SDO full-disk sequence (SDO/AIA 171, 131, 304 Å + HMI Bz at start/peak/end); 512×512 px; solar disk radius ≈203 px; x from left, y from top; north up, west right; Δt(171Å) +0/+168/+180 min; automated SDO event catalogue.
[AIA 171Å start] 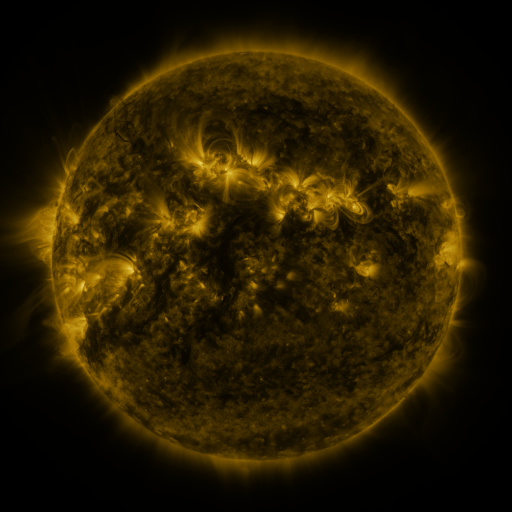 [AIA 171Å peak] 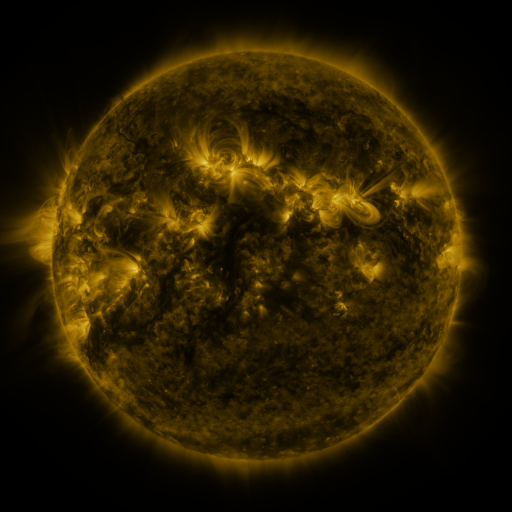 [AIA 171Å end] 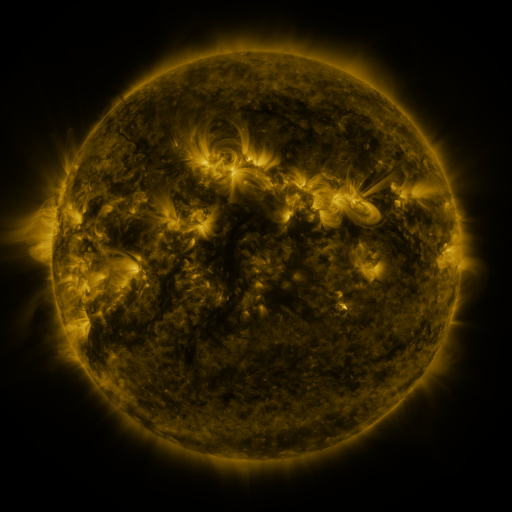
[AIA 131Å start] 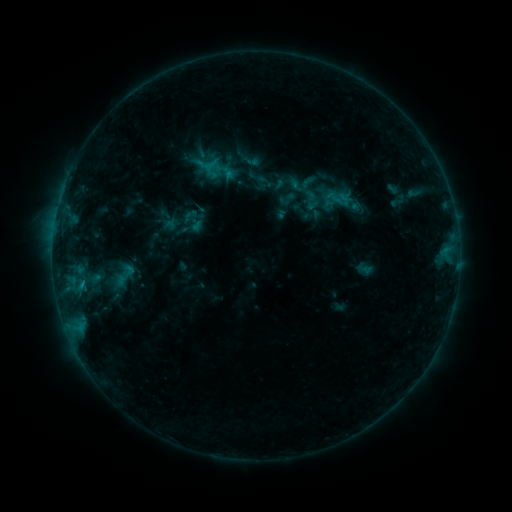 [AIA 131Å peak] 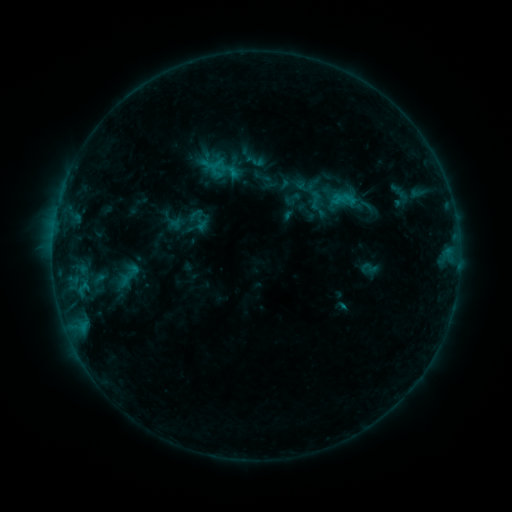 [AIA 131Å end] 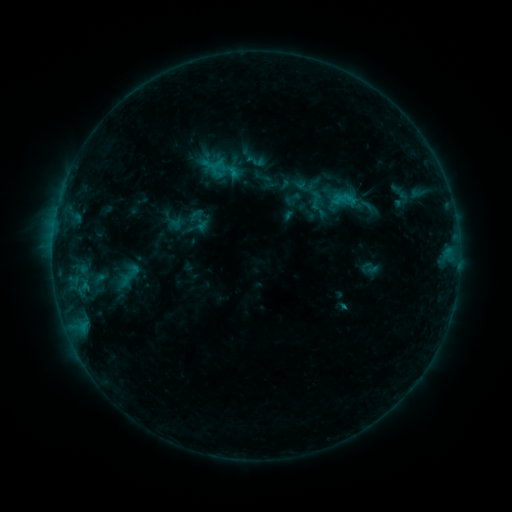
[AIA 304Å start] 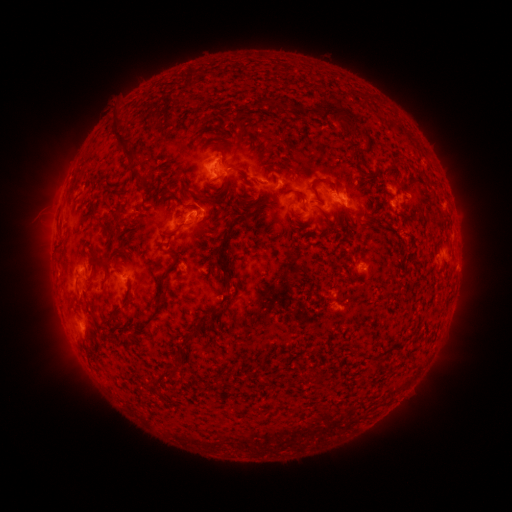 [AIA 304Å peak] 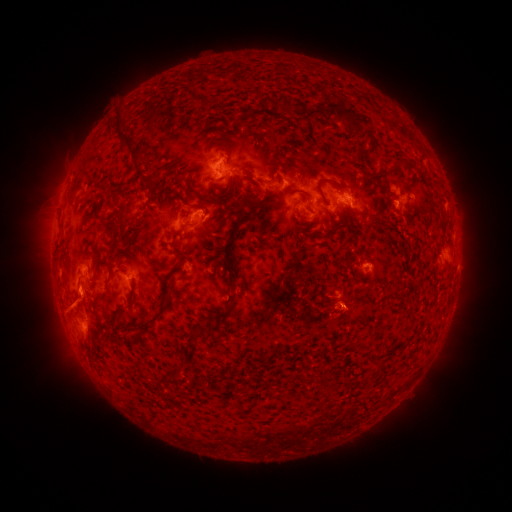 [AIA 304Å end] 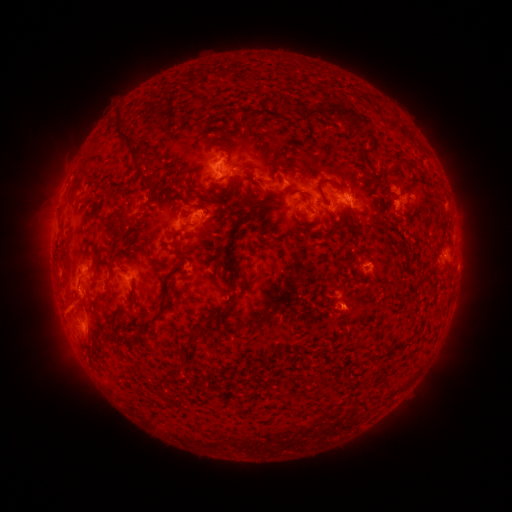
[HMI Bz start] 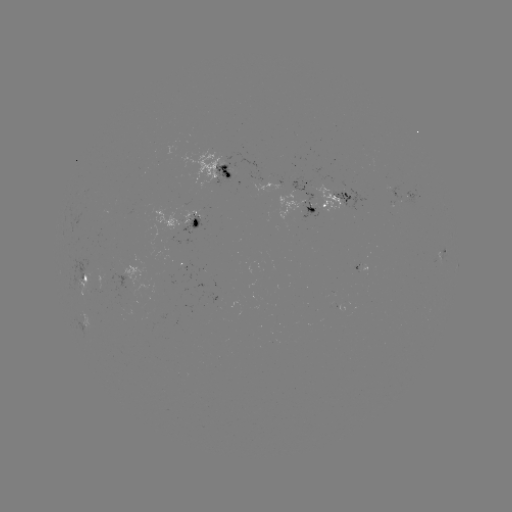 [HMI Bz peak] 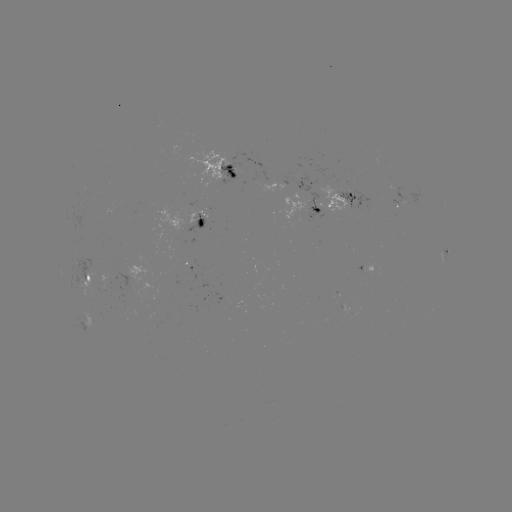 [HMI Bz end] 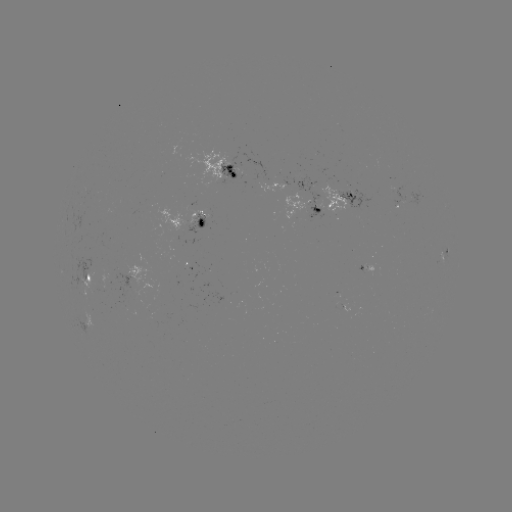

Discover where emerging-flux region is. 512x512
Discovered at (88, 271).